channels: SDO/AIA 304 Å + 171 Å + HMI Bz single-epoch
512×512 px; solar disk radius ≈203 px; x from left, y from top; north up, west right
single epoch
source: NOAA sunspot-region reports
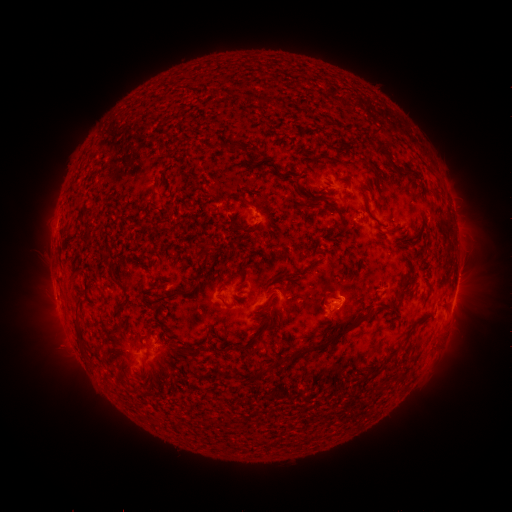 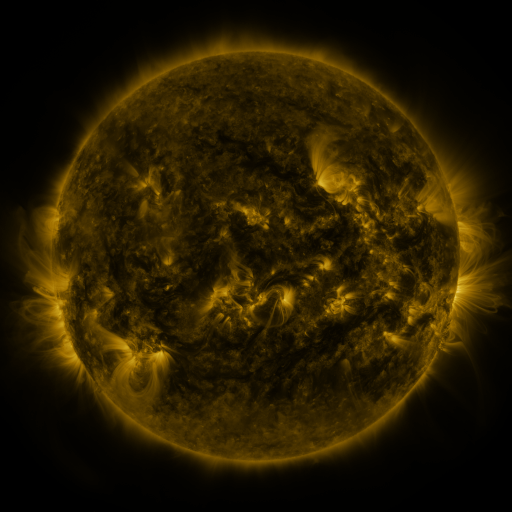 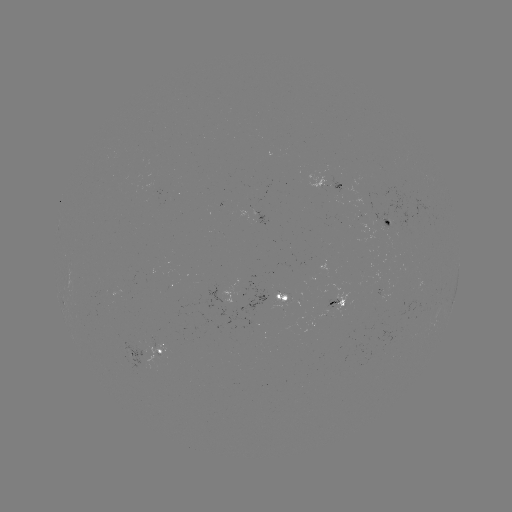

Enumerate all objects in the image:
spotted active region: (332, 182)
spotted active region: (259, 215)
spotted active region: (389, 222)
spotted active region: (283, 296)
spotted active region: (454, 297)
spotted active region: (338, 301)
spotted active region: (155, 349)
